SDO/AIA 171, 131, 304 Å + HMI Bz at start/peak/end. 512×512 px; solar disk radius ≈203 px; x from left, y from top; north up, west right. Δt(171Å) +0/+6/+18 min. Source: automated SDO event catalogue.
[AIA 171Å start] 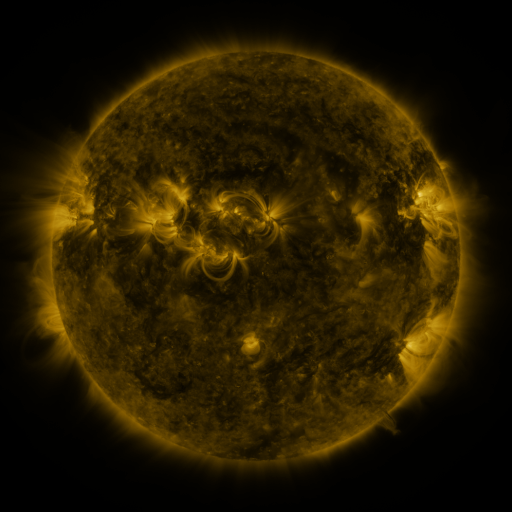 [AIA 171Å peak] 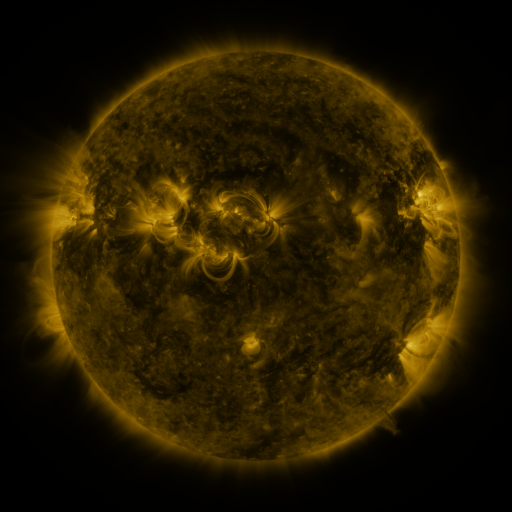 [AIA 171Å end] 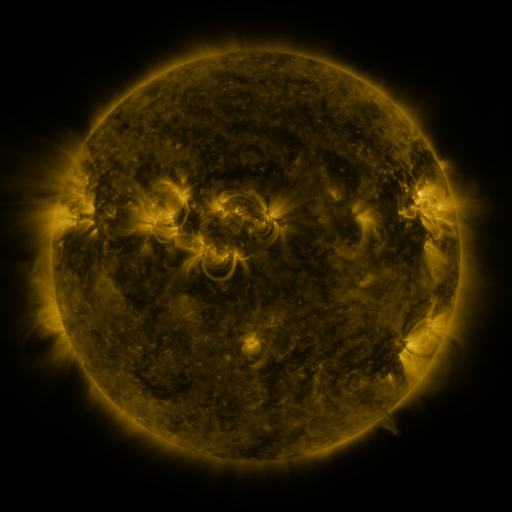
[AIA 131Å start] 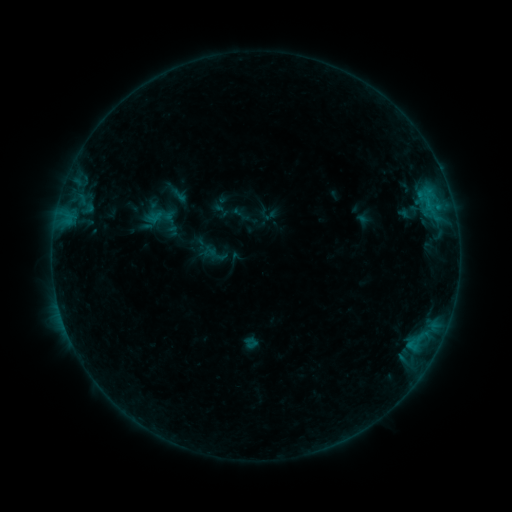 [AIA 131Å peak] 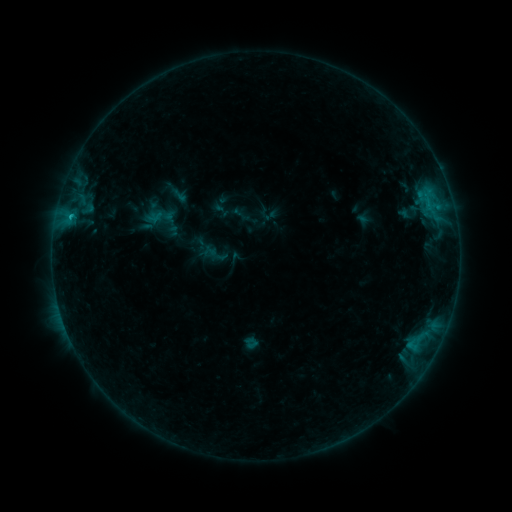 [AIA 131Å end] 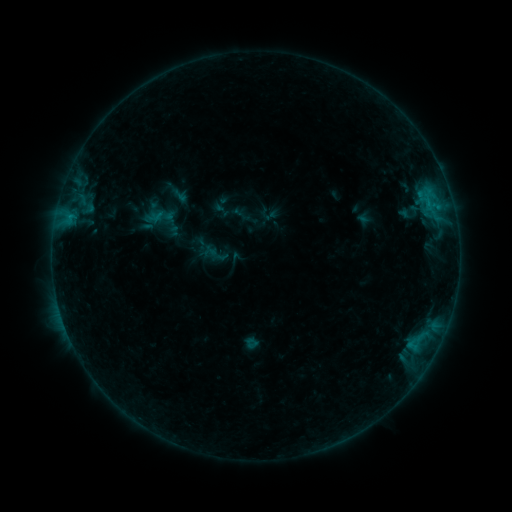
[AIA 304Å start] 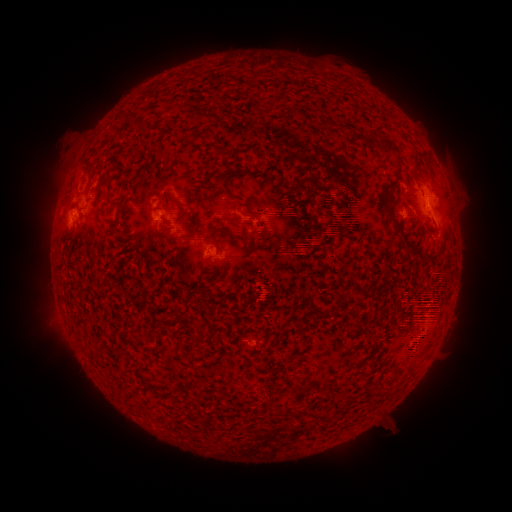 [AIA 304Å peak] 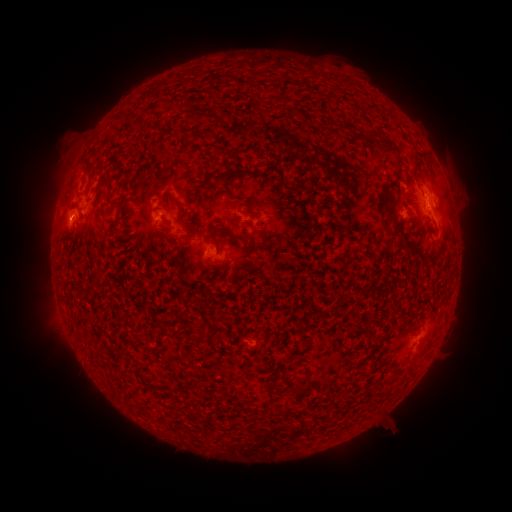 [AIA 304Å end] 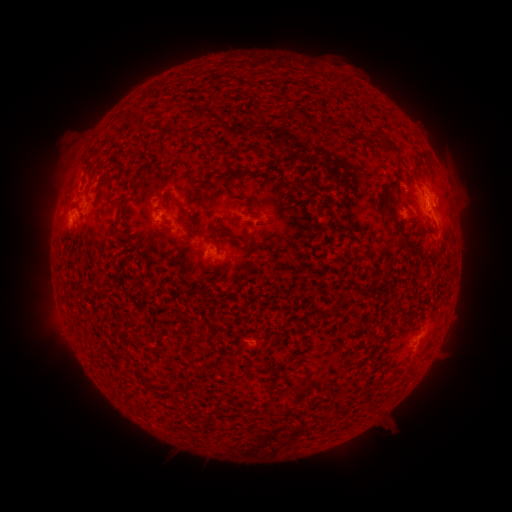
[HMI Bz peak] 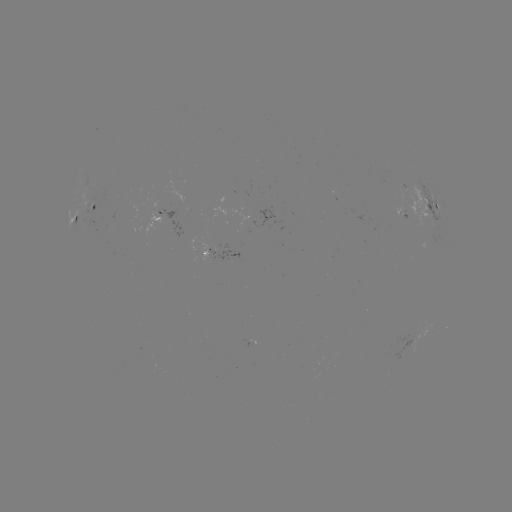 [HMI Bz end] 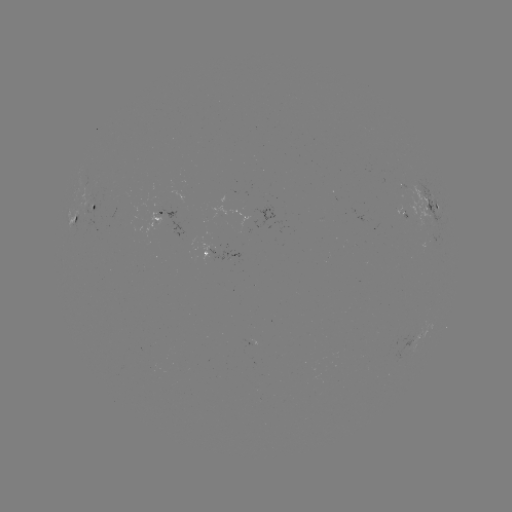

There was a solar flare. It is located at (70, 219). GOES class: B6.4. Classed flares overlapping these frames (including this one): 1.